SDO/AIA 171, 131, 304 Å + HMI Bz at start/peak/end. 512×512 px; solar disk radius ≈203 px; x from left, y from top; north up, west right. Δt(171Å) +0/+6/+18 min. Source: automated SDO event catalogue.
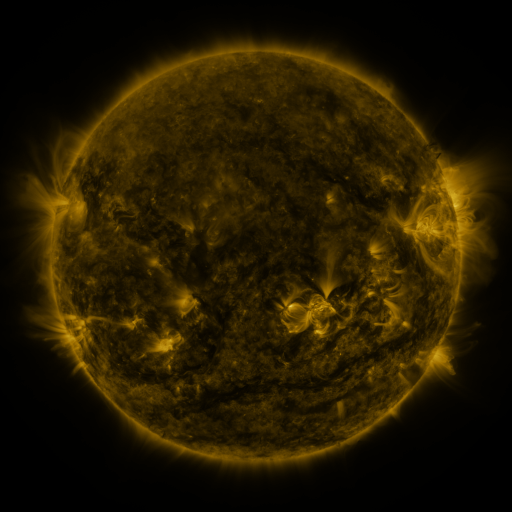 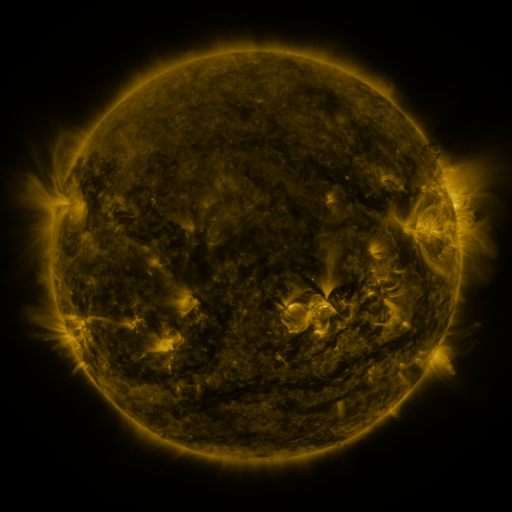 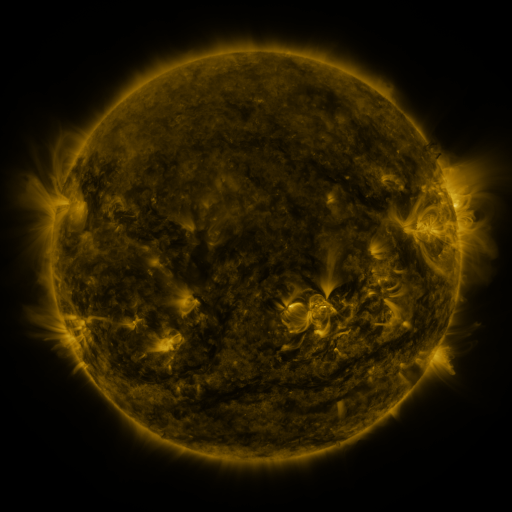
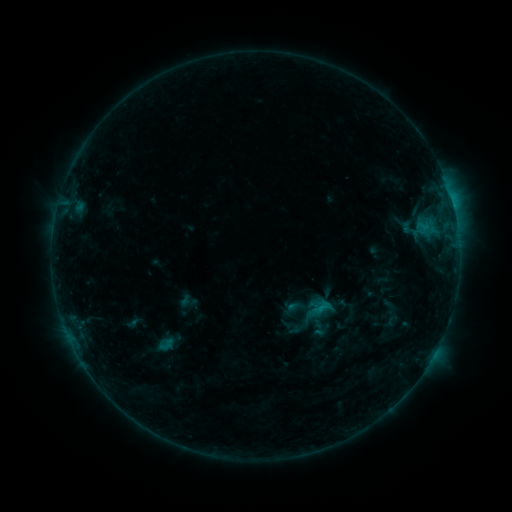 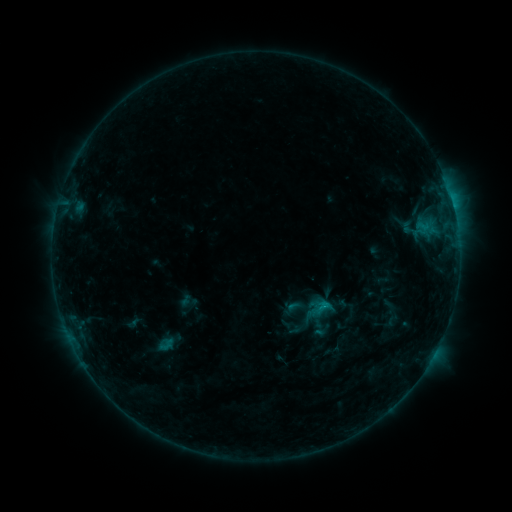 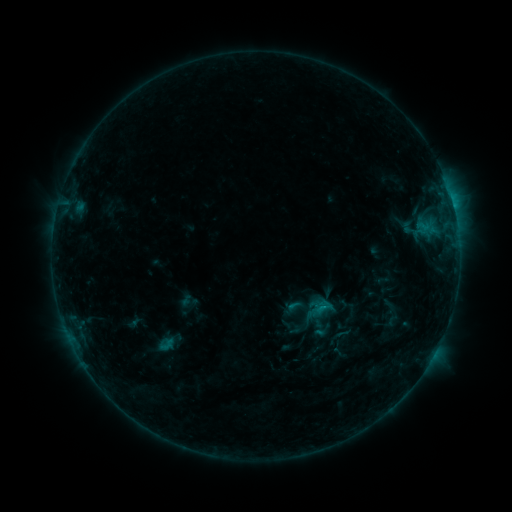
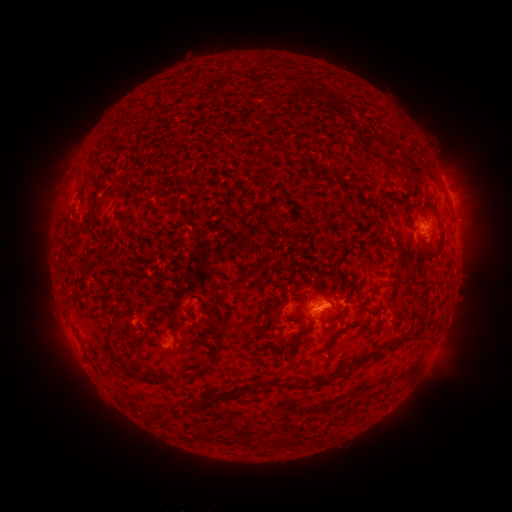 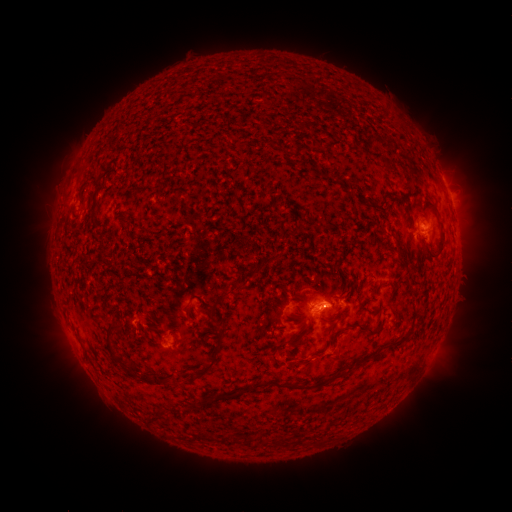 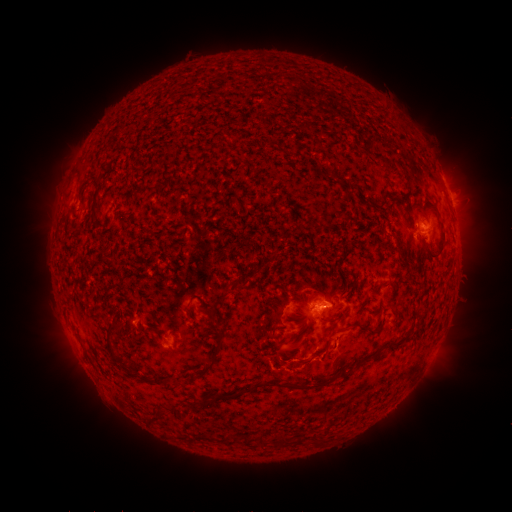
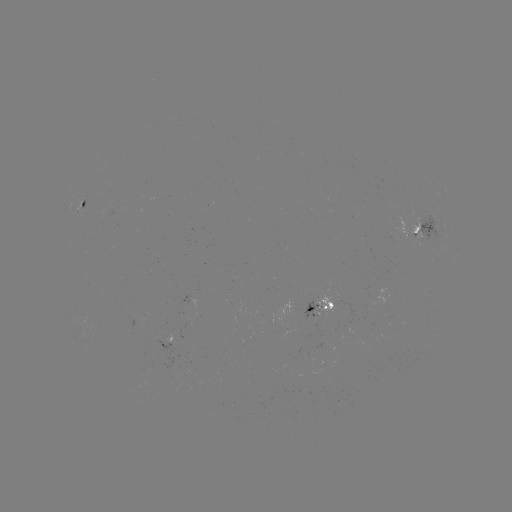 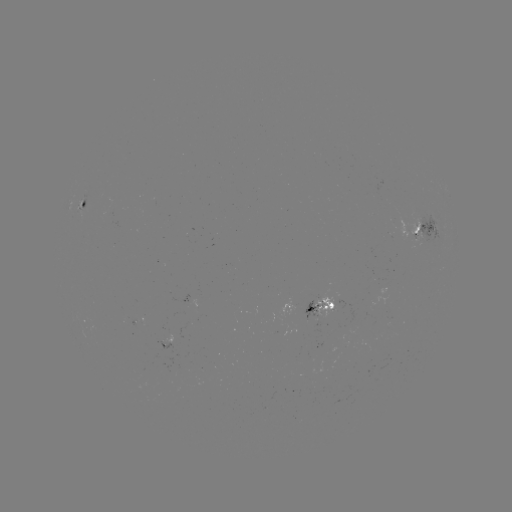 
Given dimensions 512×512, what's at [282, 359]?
eruption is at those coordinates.